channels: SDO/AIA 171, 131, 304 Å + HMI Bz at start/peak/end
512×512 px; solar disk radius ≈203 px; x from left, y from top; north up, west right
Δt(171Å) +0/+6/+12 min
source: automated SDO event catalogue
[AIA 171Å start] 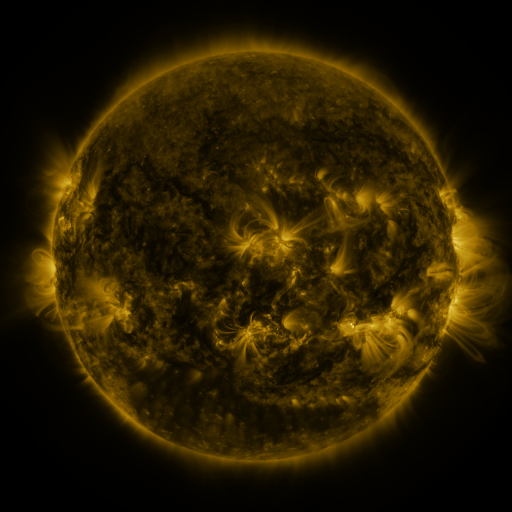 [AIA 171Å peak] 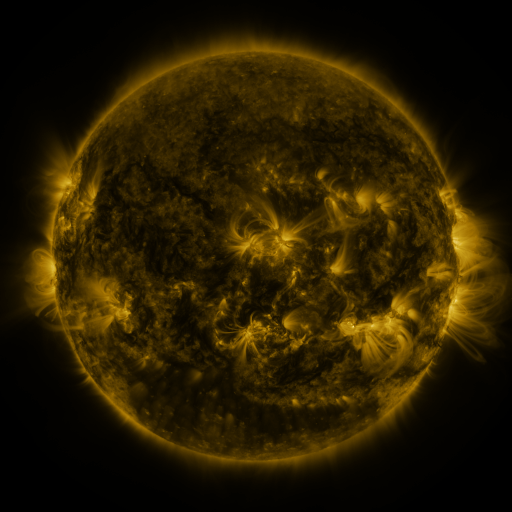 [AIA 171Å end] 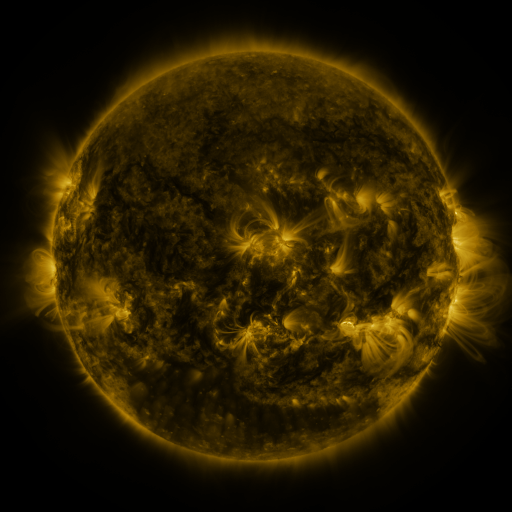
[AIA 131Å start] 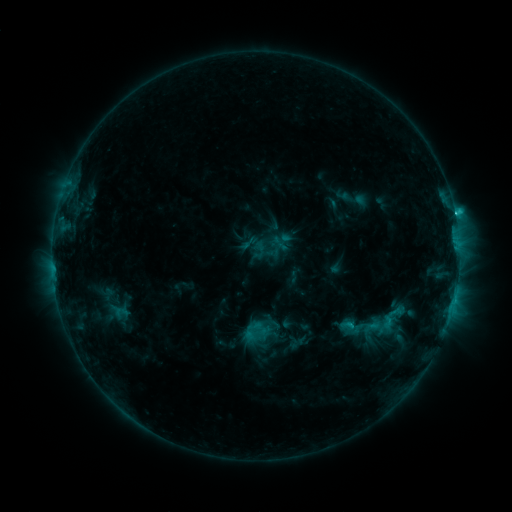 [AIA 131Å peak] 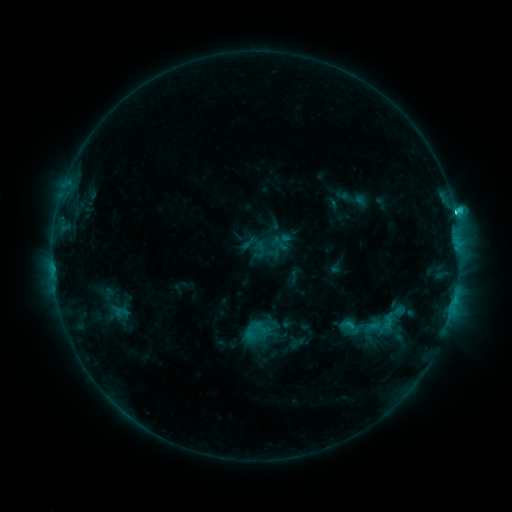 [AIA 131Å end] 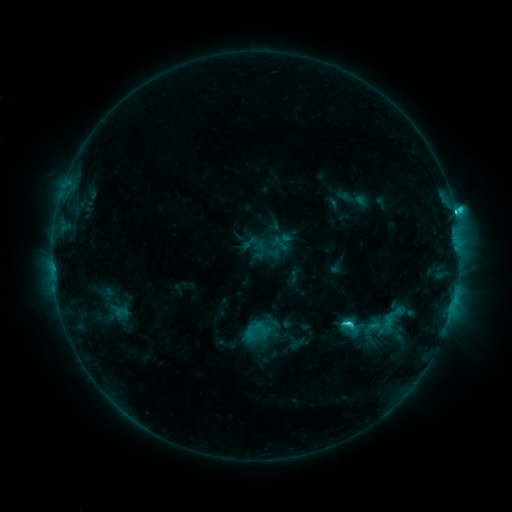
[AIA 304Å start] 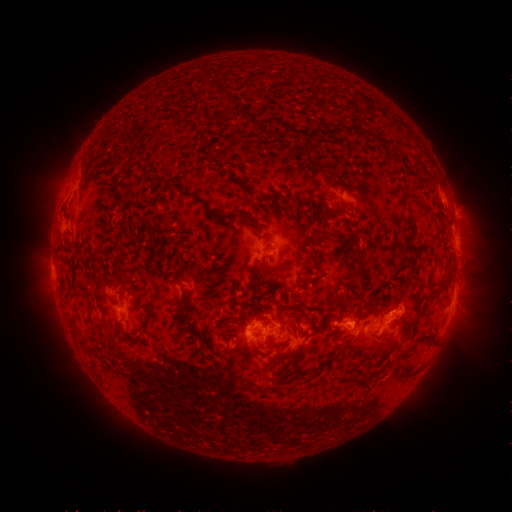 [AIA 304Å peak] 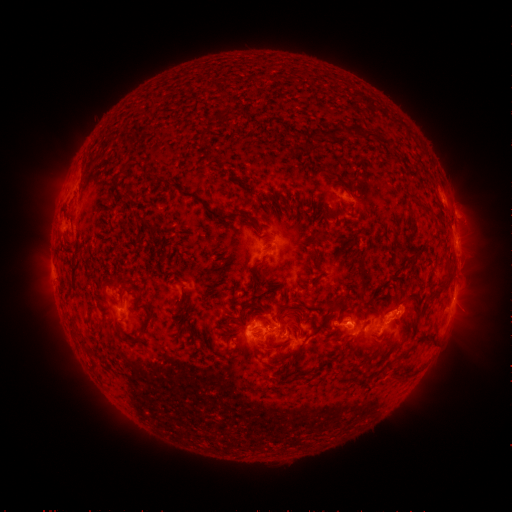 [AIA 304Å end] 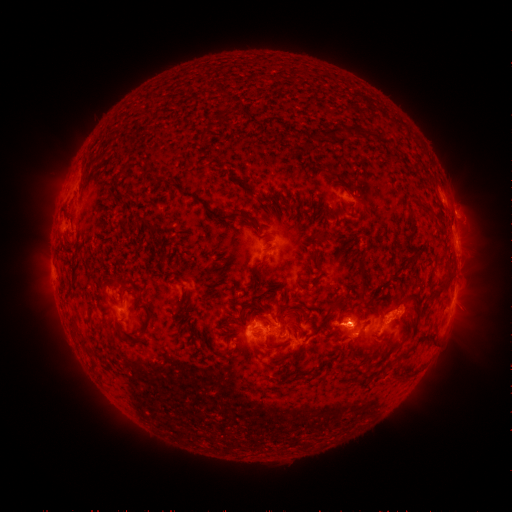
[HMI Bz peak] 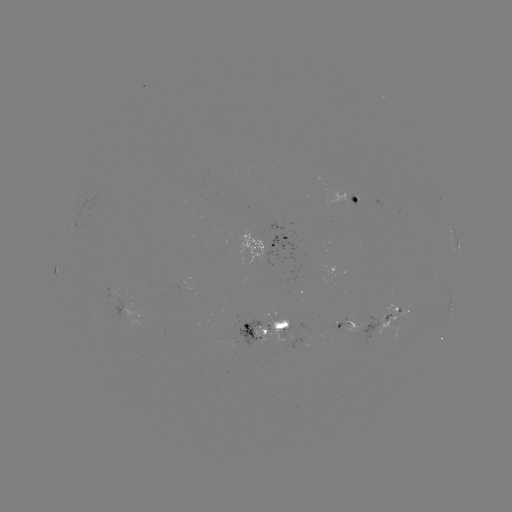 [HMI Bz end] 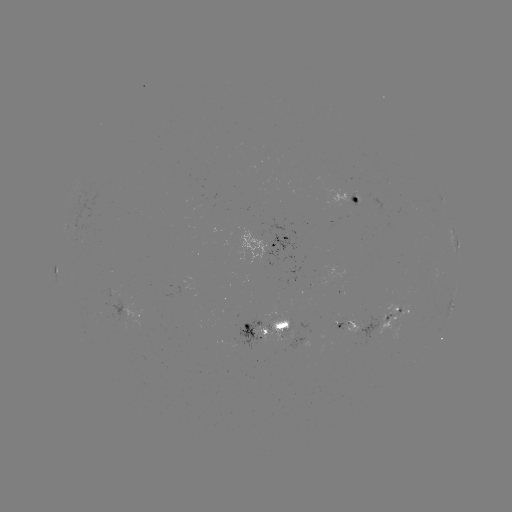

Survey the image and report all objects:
eruption: (357, 324)
